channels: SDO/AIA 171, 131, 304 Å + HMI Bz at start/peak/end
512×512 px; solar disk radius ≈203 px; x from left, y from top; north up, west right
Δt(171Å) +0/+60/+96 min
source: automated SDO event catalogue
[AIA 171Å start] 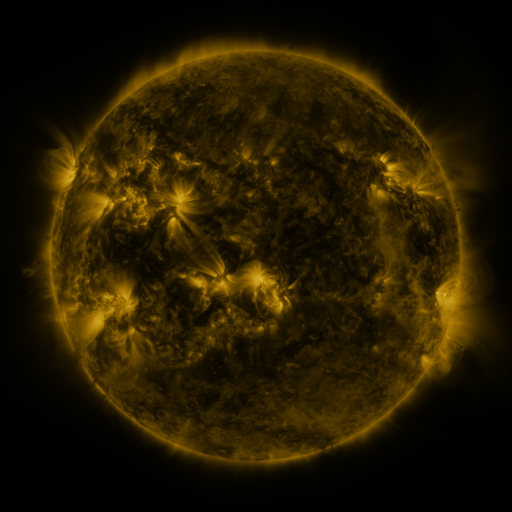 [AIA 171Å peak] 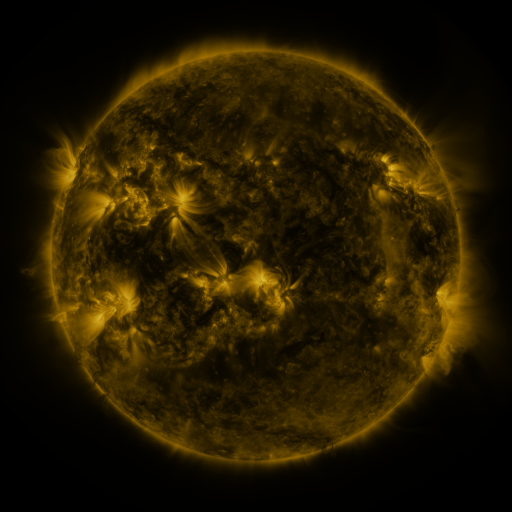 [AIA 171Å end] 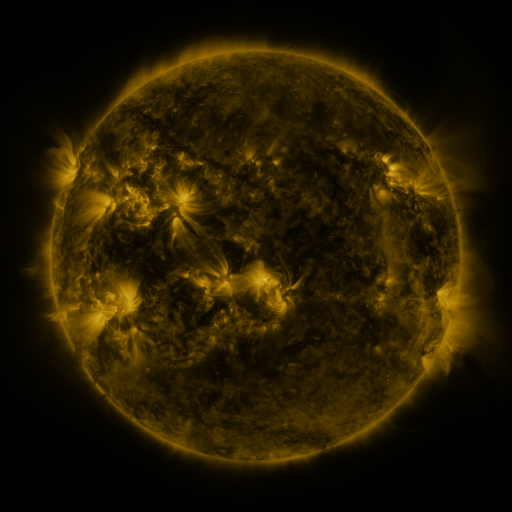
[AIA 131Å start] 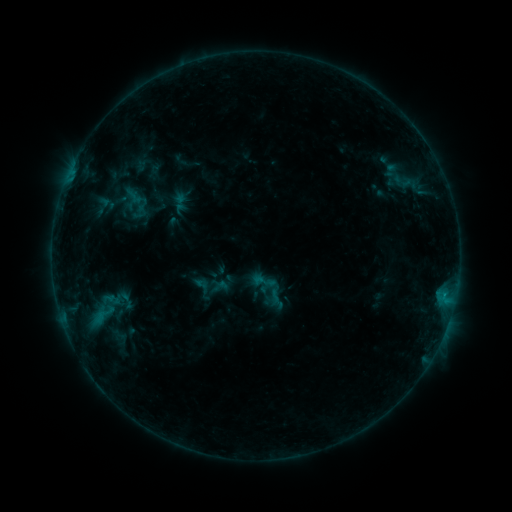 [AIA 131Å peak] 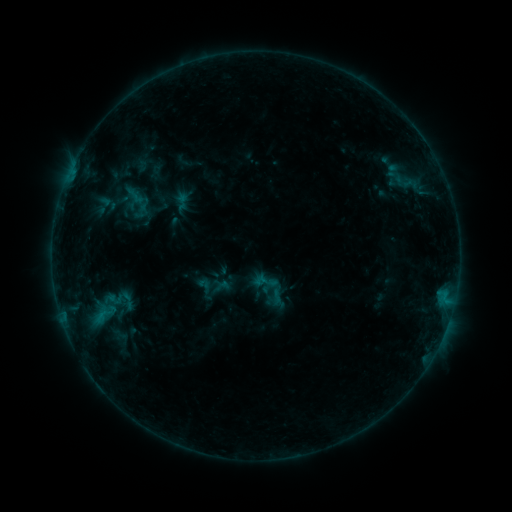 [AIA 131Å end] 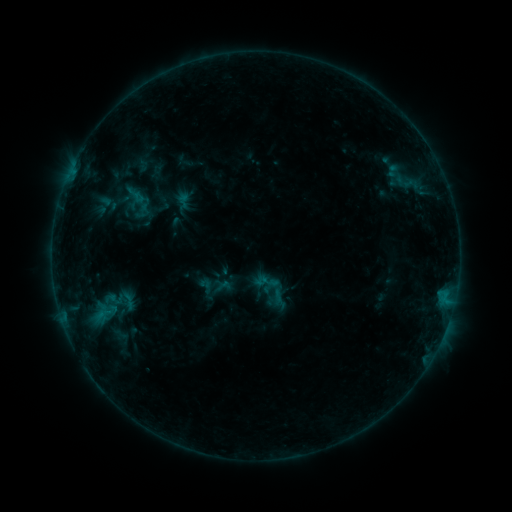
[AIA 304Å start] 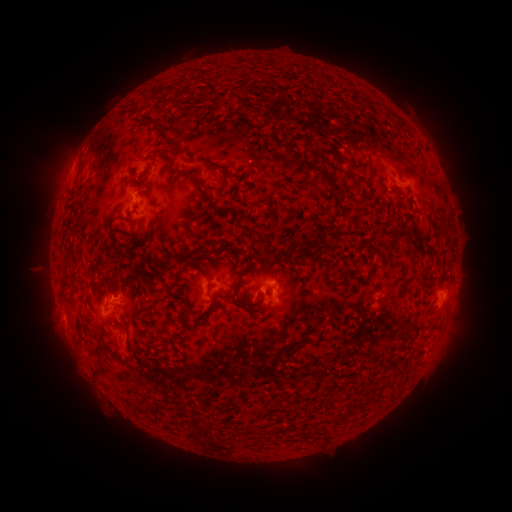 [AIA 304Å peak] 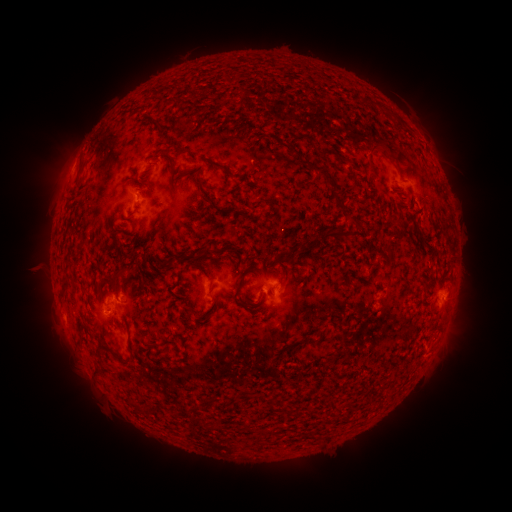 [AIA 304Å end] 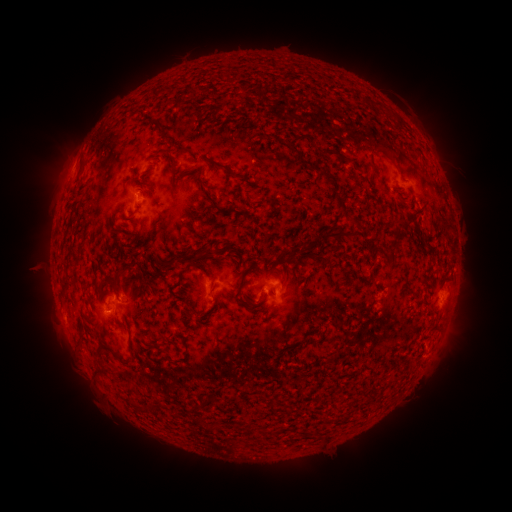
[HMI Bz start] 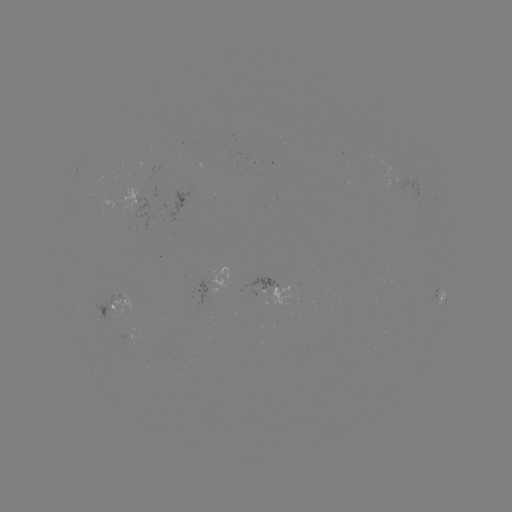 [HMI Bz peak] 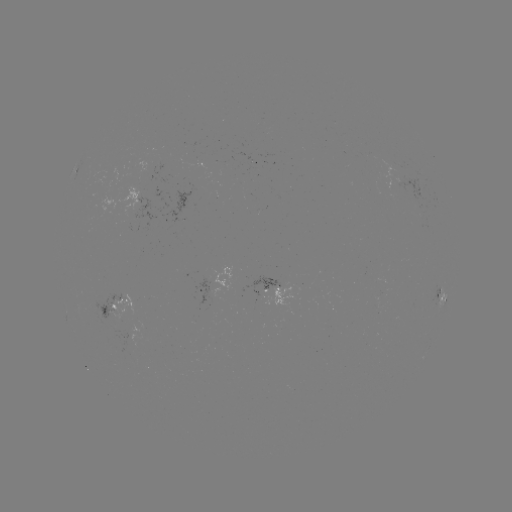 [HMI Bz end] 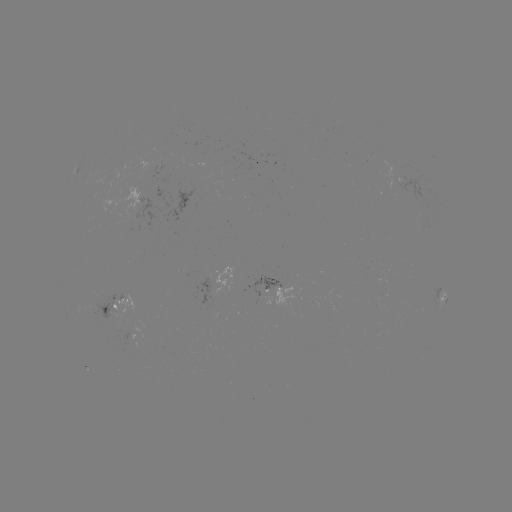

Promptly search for emerging-flux region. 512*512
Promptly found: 194,187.